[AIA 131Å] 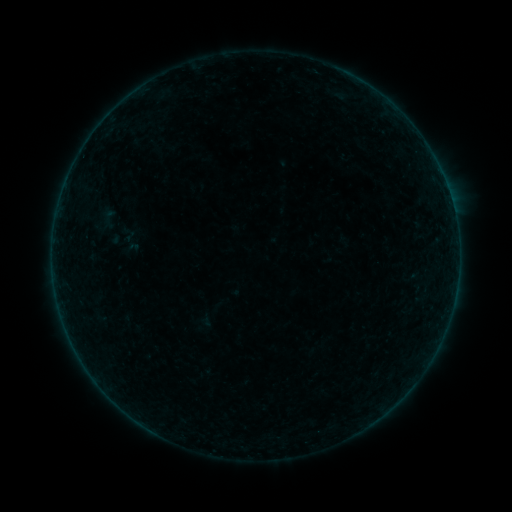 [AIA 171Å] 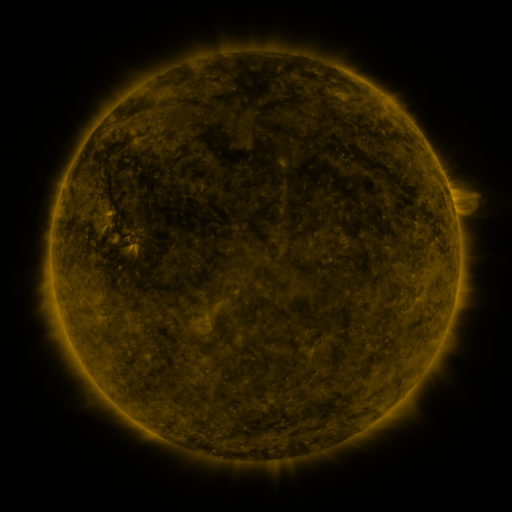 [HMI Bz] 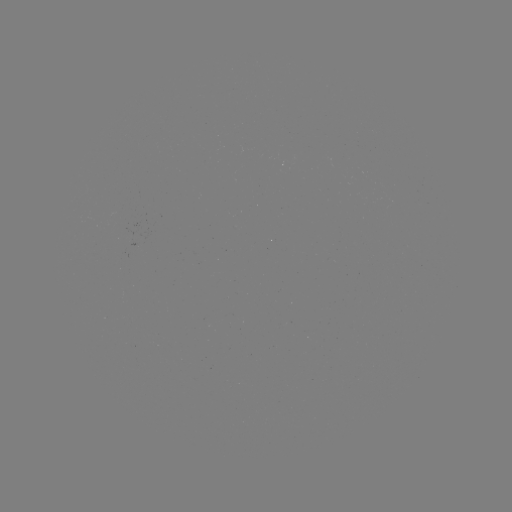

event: sigmoid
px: (108, 218)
